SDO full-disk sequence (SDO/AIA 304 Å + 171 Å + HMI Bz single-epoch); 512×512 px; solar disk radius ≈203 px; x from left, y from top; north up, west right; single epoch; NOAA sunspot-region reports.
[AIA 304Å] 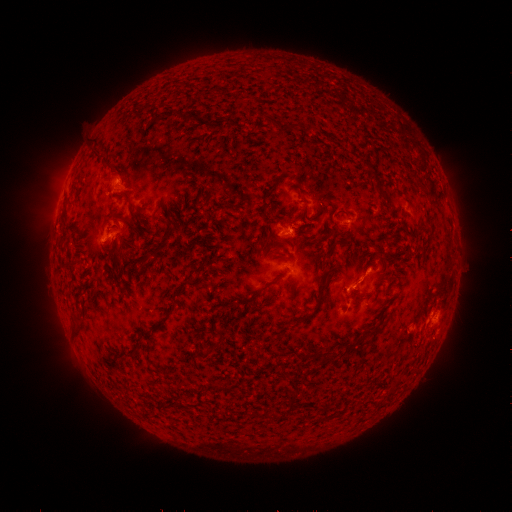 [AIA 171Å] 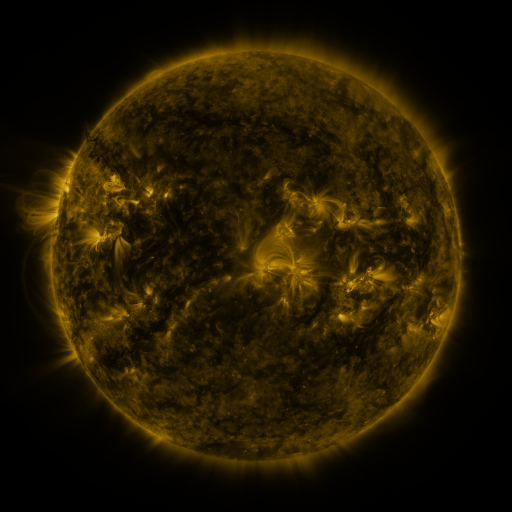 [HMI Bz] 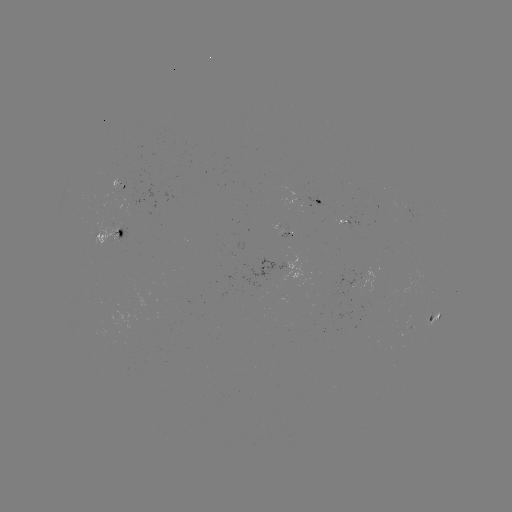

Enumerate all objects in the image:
spotted active region: (119, 190)
spotted active region: (327, 201)
spotted active region: (351, 219)
spotted active region: (291, 231)
spotted active region: (117, 235)
spotted active region: (436, 314)
